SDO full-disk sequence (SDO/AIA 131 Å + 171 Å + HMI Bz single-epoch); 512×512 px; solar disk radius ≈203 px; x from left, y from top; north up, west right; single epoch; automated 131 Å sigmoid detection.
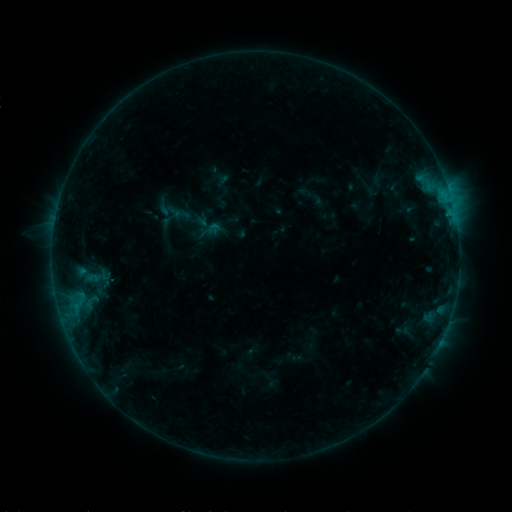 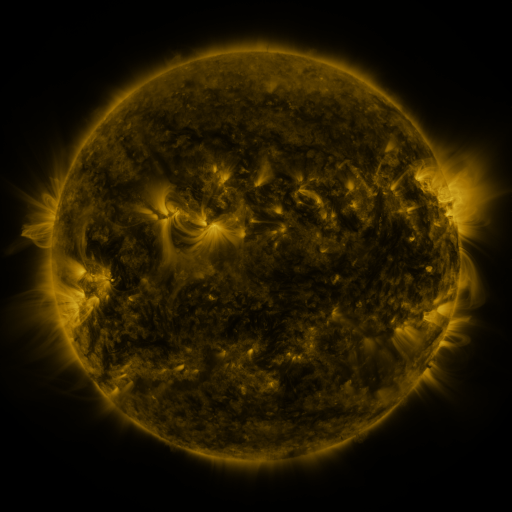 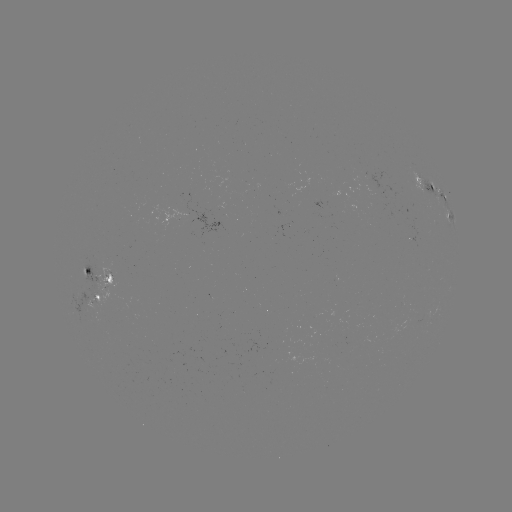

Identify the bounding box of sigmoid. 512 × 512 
[172, 206, 191, 224].